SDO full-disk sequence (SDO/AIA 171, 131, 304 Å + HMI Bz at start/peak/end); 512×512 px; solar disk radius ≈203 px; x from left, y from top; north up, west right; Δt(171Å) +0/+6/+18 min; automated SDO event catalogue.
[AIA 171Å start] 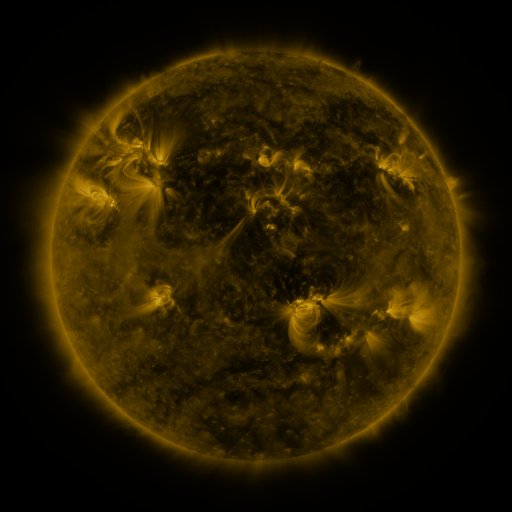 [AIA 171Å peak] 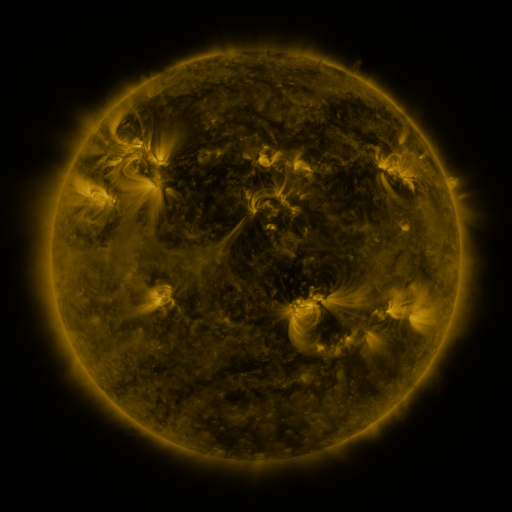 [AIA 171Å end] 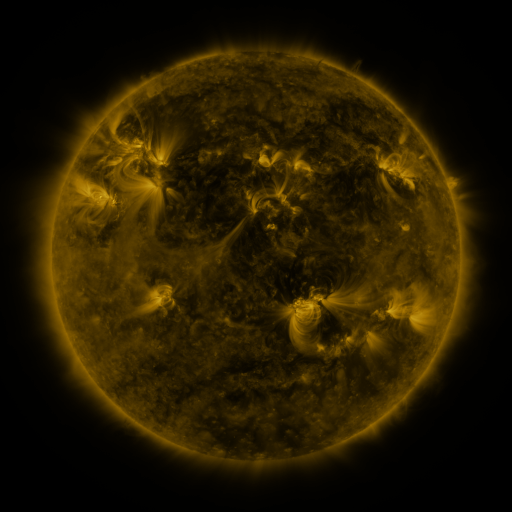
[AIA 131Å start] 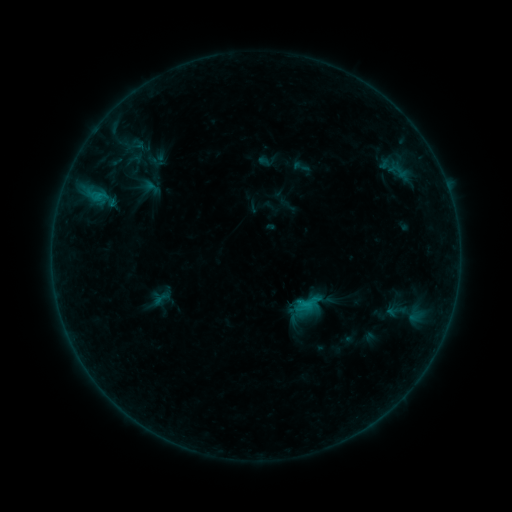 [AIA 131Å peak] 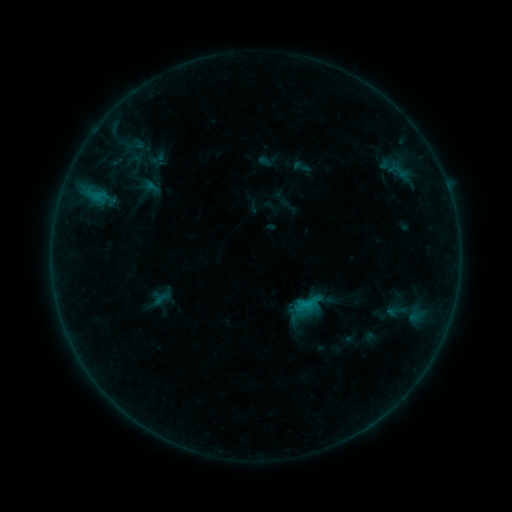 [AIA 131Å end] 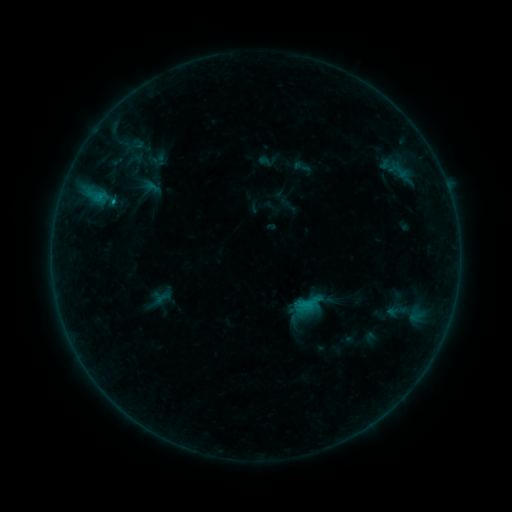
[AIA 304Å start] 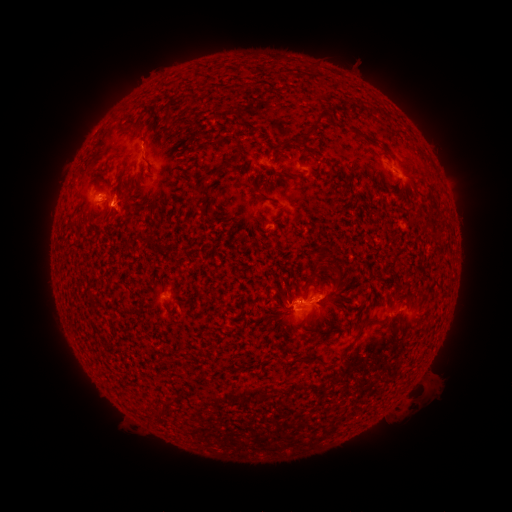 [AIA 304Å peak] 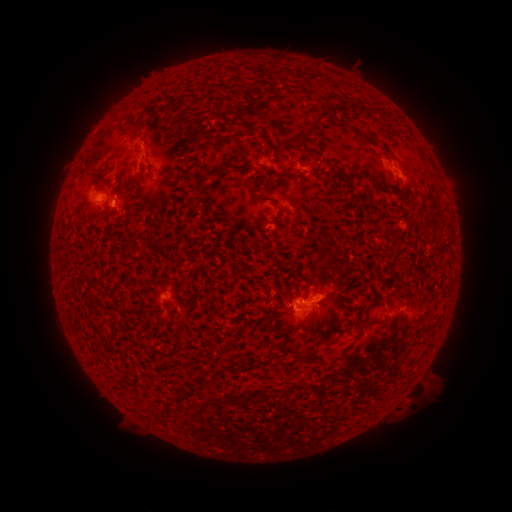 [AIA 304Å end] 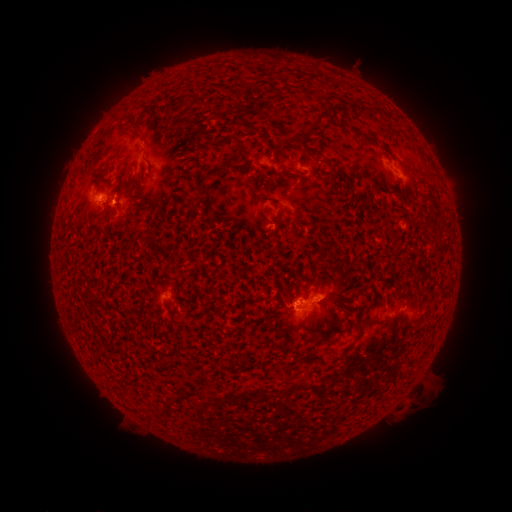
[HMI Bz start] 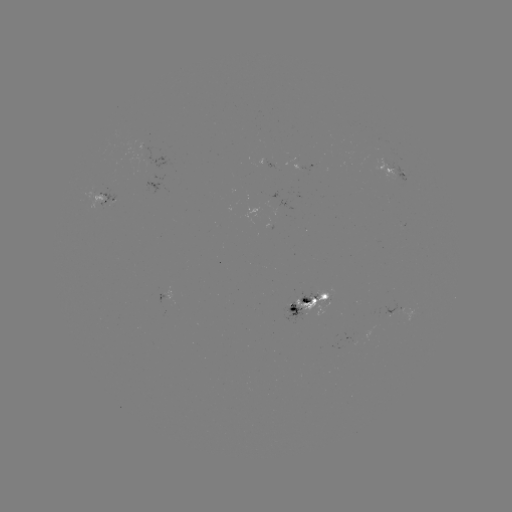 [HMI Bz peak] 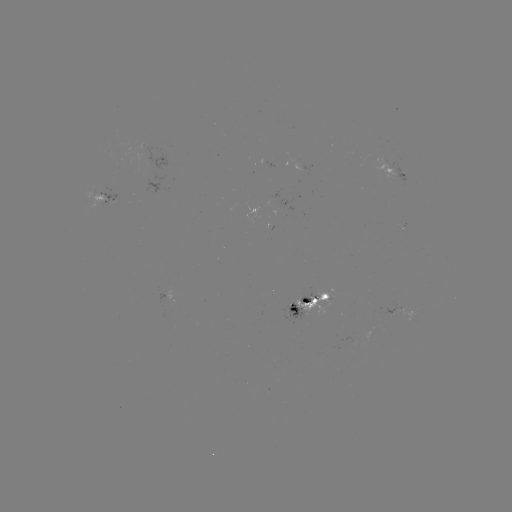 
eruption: (97, 184, 145, 238)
